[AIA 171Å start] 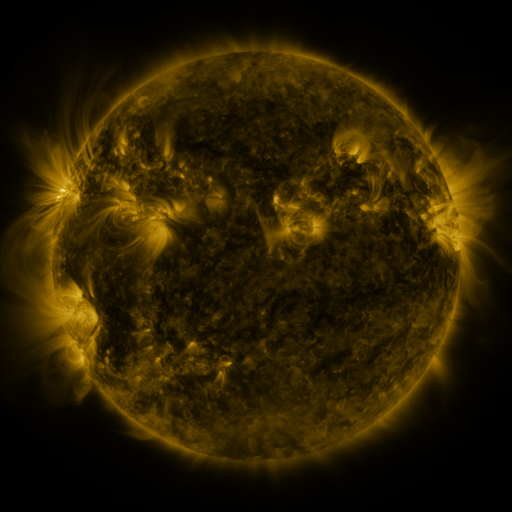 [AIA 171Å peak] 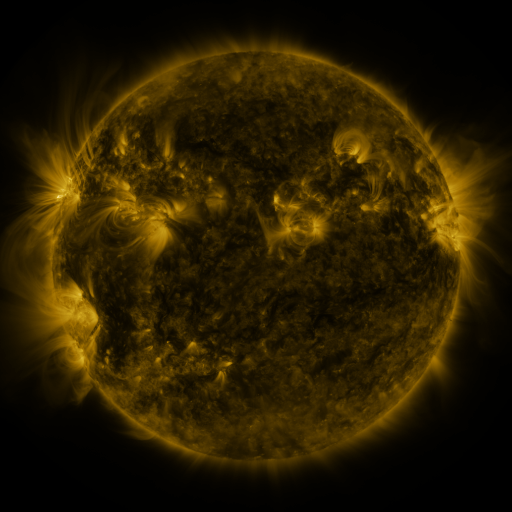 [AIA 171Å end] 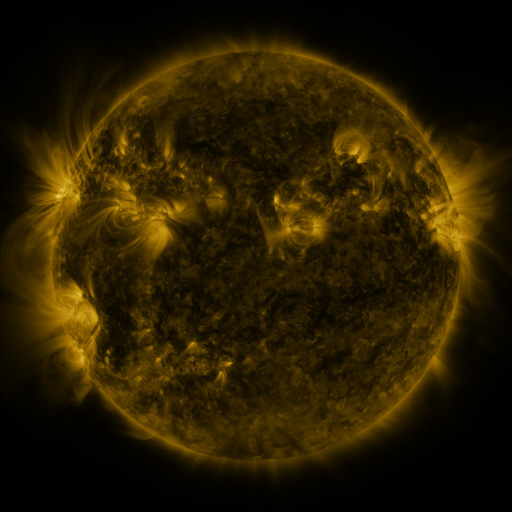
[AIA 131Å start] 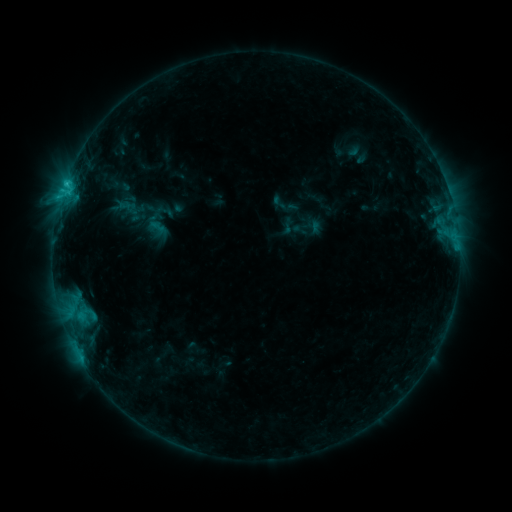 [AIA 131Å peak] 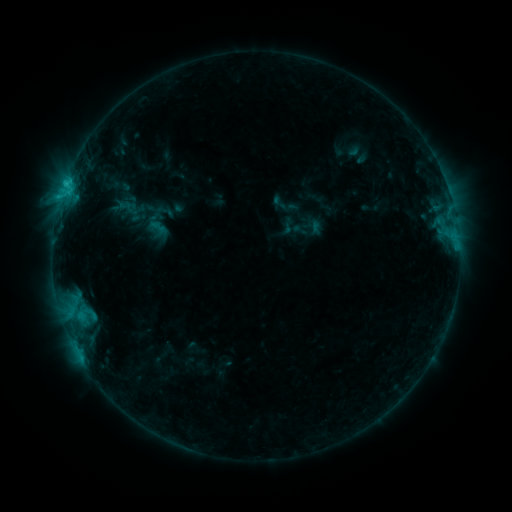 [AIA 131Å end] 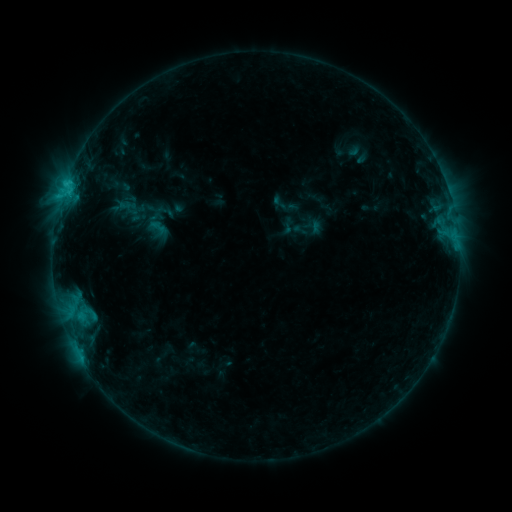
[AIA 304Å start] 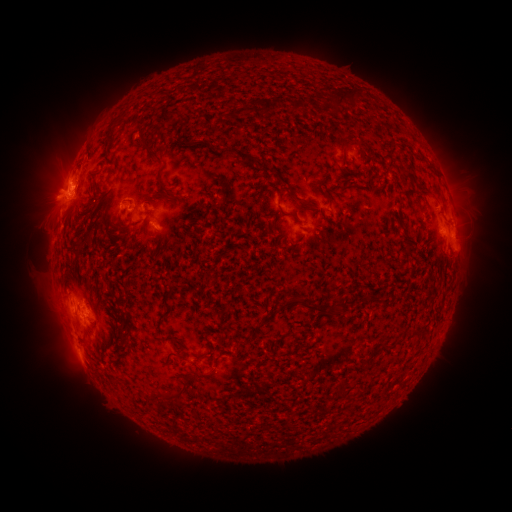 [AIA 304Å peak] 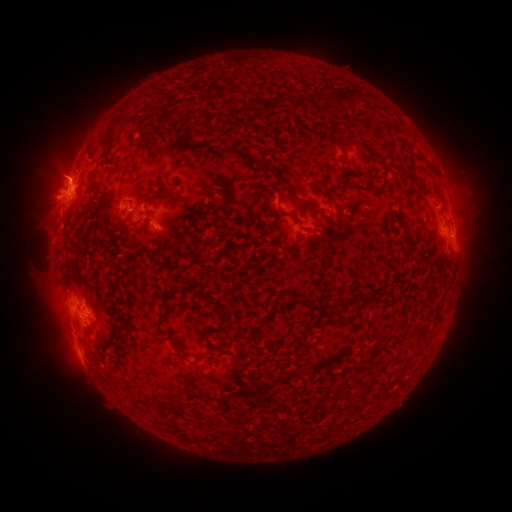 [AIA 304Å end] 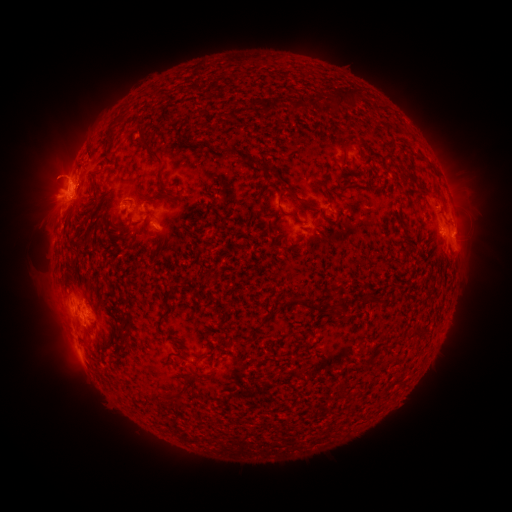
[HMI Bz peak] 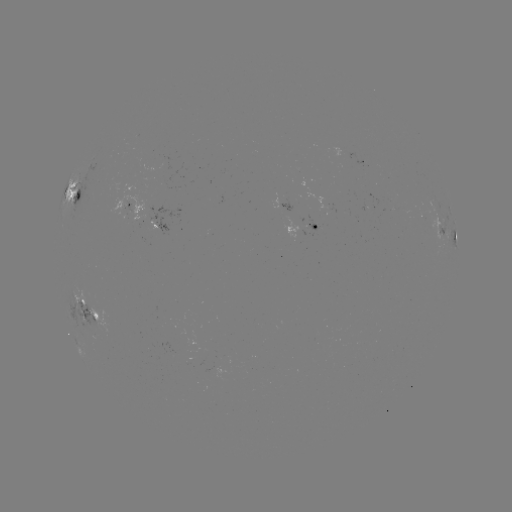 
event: eruption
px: (51, 170)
